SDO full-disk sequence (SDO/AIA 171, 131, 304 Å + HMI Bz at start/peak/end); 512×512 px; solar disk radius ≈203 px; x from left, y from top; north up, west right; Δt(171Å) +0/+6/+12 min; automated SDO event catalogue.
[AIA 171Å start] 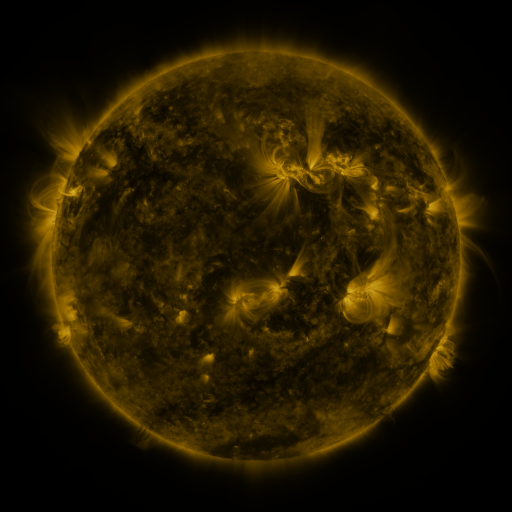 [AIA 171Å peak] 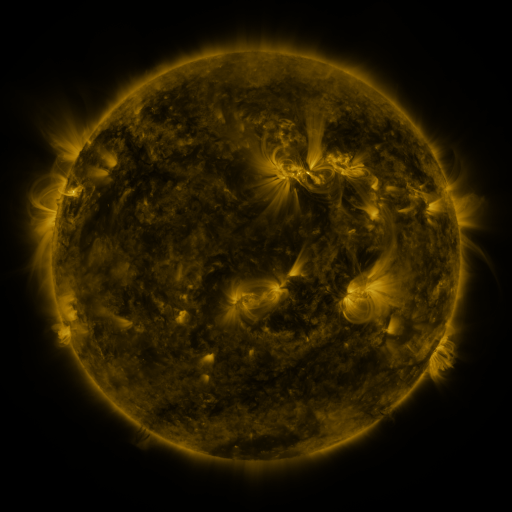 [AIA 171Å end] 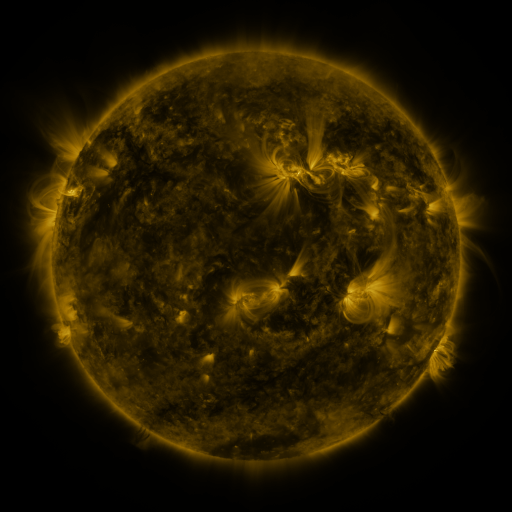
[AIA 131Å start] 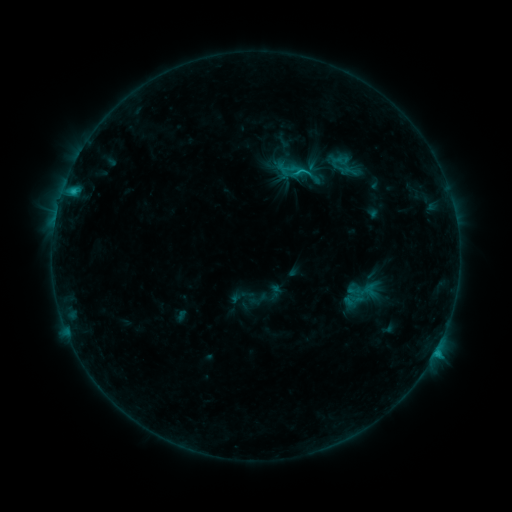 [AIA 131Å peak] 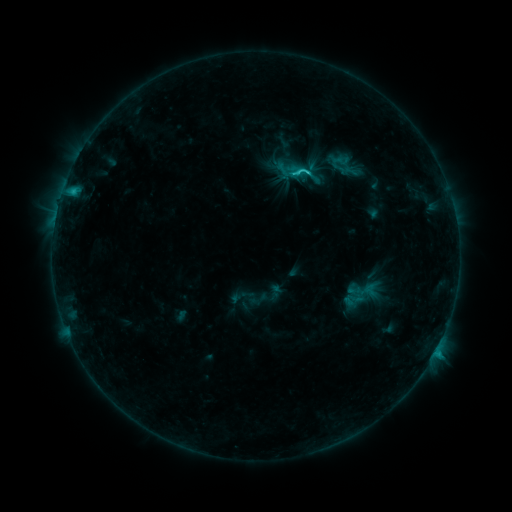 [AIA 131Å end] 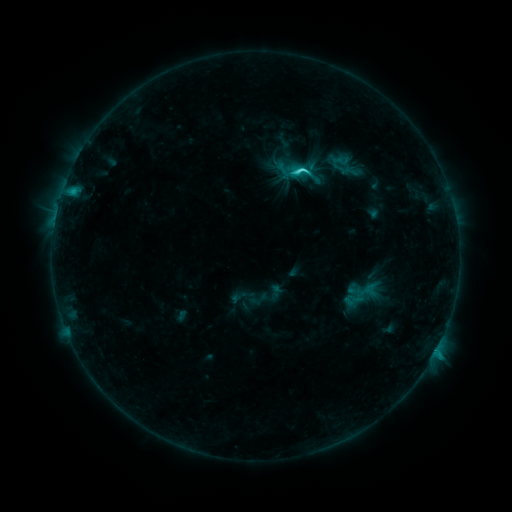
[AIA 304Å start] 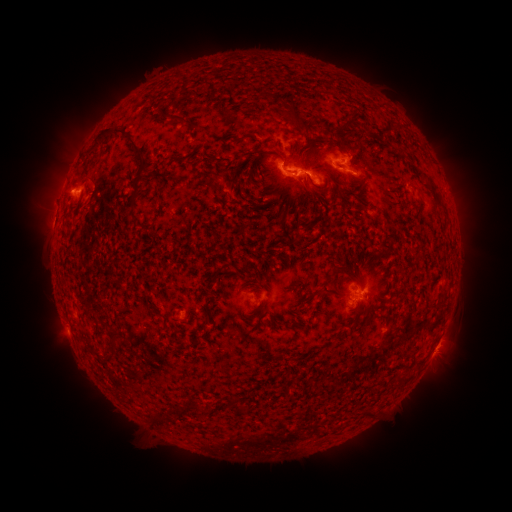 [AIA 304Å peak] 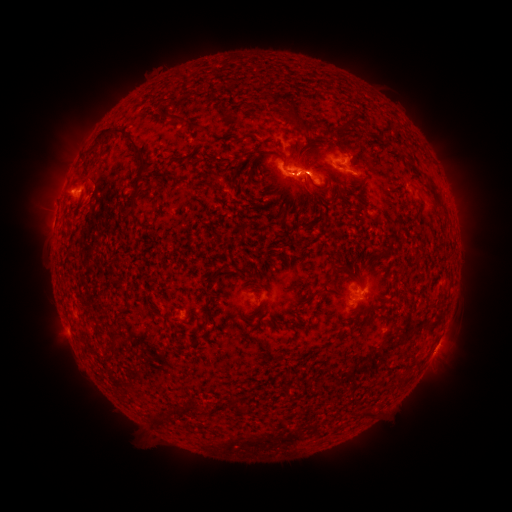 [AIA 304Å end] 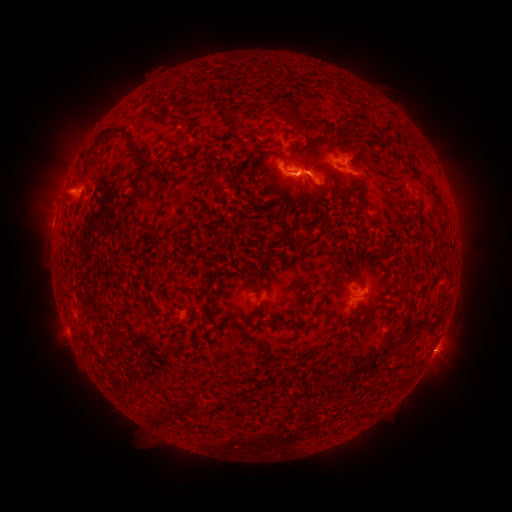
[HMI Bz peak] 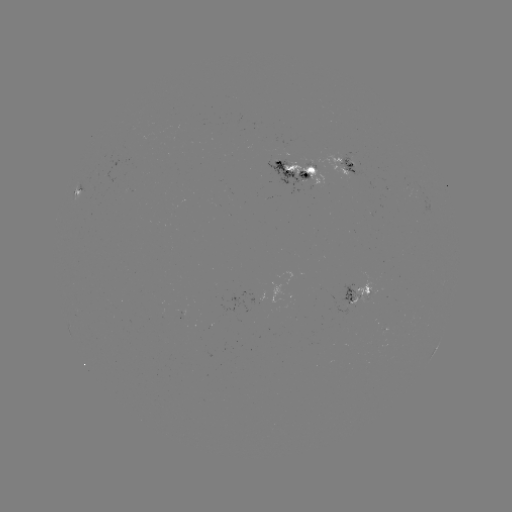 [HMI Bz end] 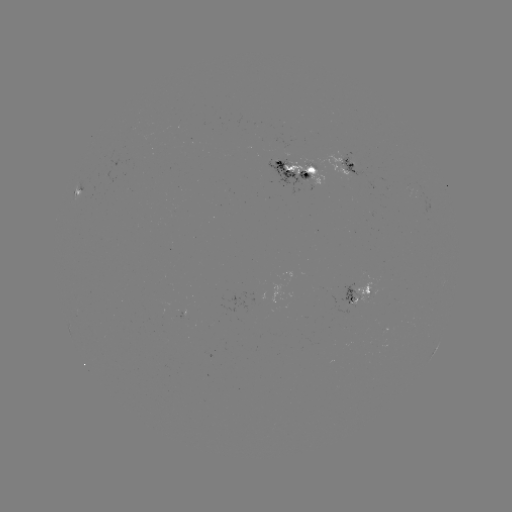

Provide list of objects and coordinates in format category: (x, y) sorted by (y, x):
C3.5 flare: (299, 172)
